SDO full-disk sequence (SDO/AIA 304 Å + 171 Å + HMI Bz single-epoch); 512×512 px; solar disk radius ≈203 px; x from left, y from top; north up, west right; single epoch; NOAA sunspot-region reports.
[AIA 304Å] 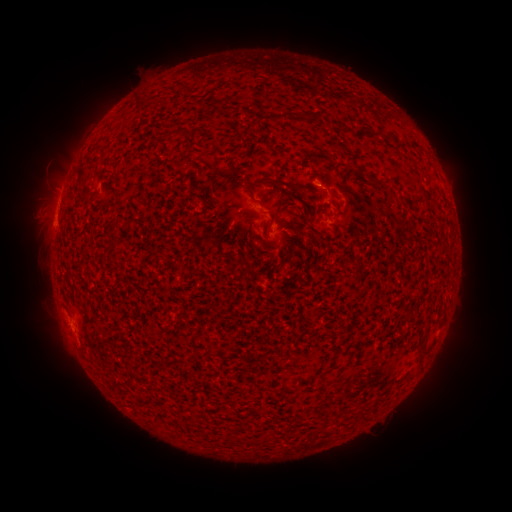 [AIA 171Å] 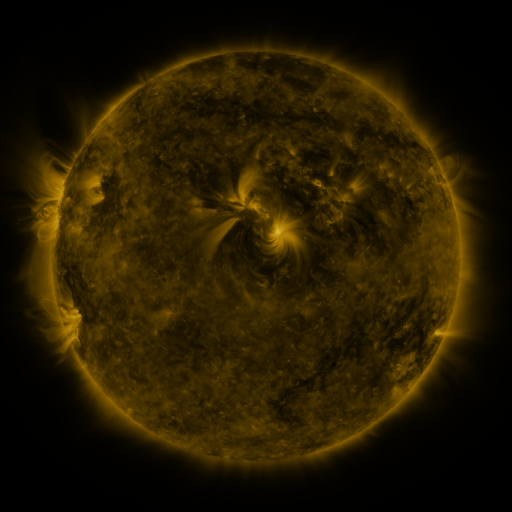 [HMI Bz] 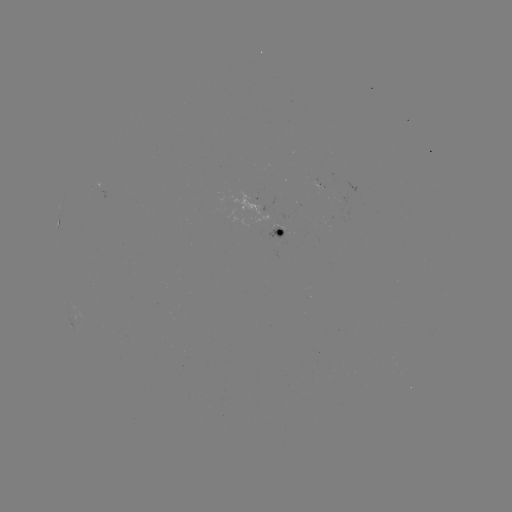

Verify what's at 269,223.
spotted active region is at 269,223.